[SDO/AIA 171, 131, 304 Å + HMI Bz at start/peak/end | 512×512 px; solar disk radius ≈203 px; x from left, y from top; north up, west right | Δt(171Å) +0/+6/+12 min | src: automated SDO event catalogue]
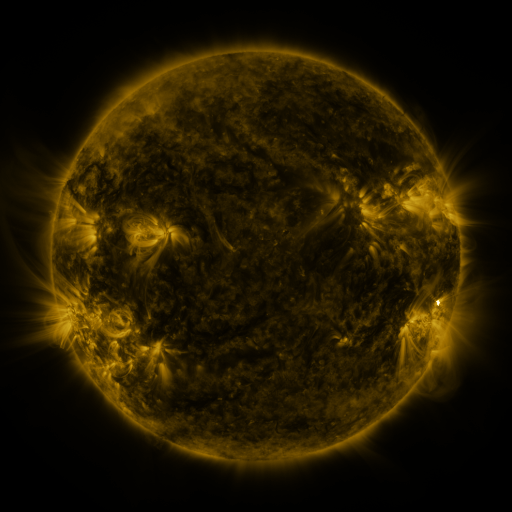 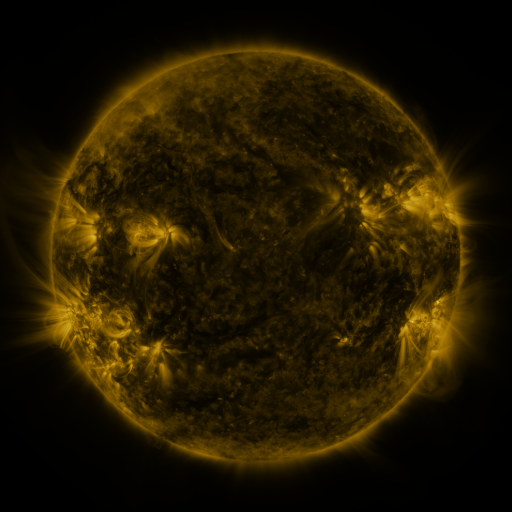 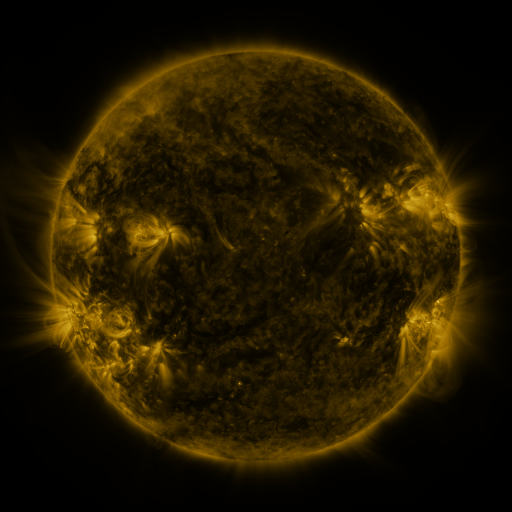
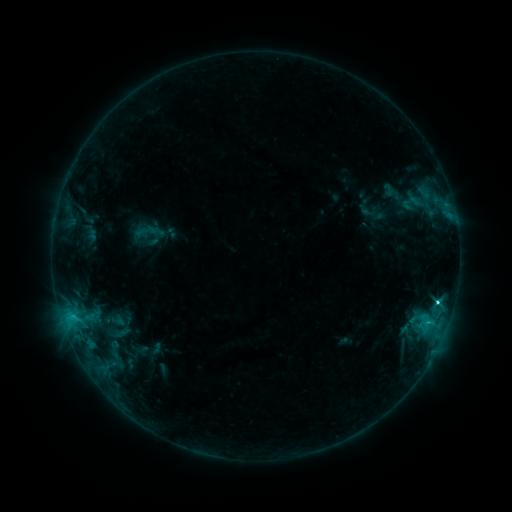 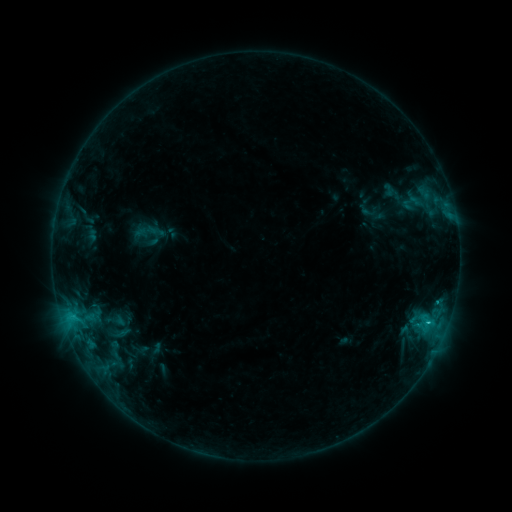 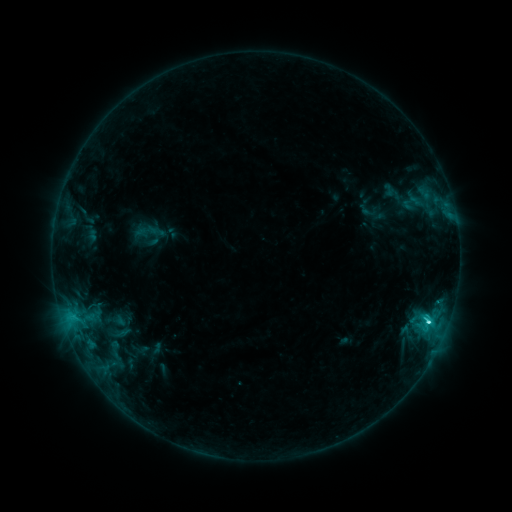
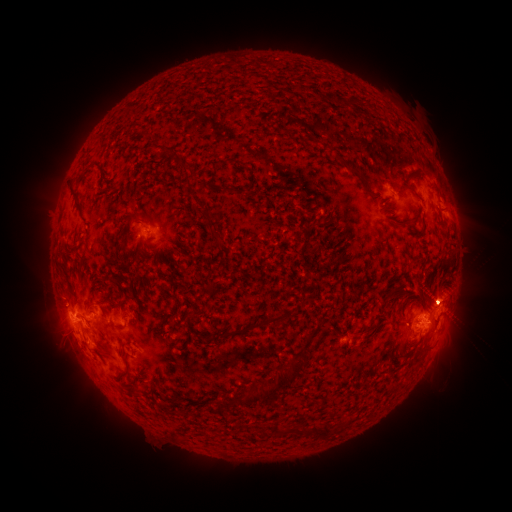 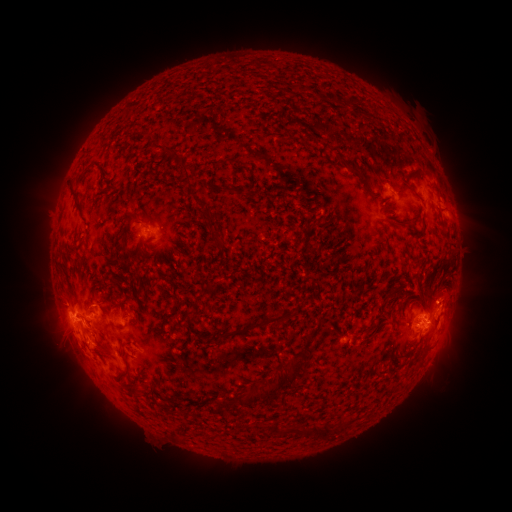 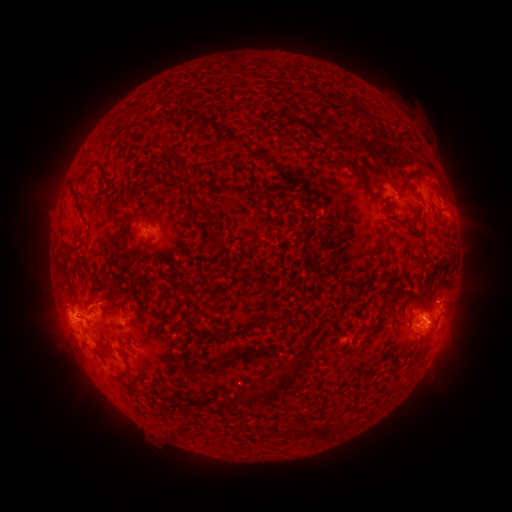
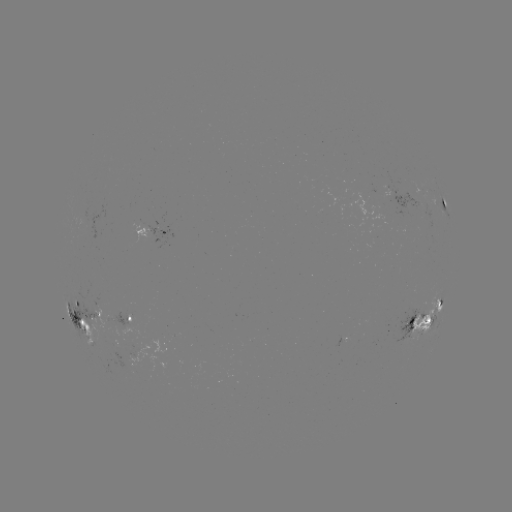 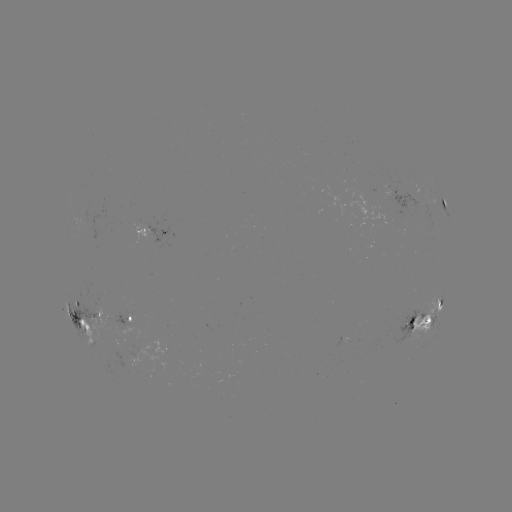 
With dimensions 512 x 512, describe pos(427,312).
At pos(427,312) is eruption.